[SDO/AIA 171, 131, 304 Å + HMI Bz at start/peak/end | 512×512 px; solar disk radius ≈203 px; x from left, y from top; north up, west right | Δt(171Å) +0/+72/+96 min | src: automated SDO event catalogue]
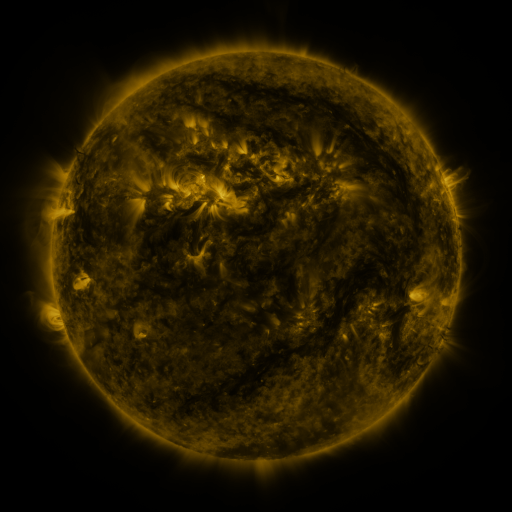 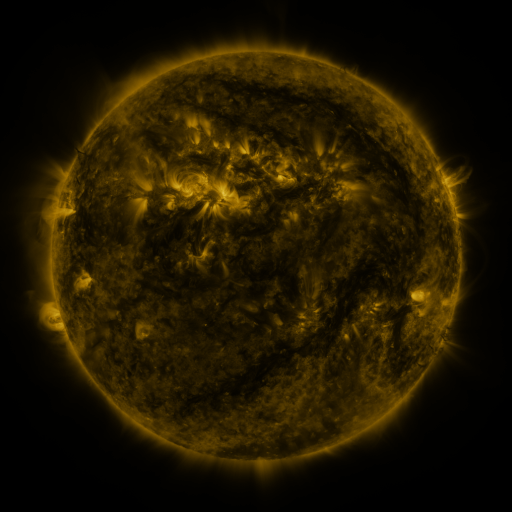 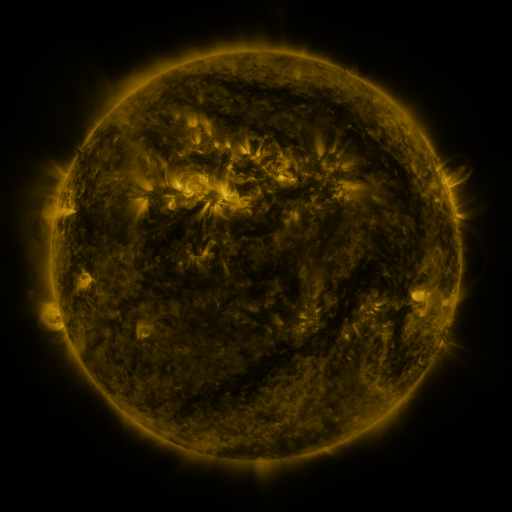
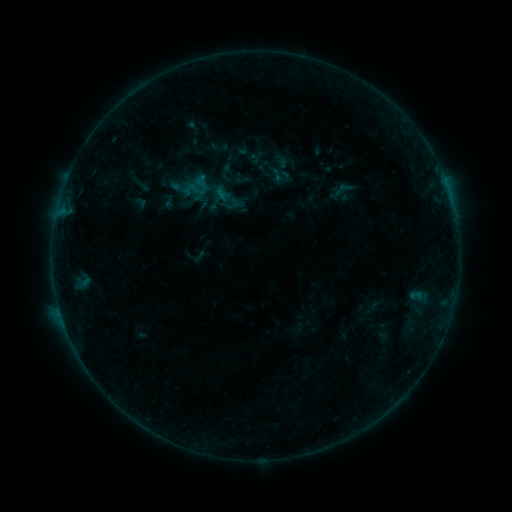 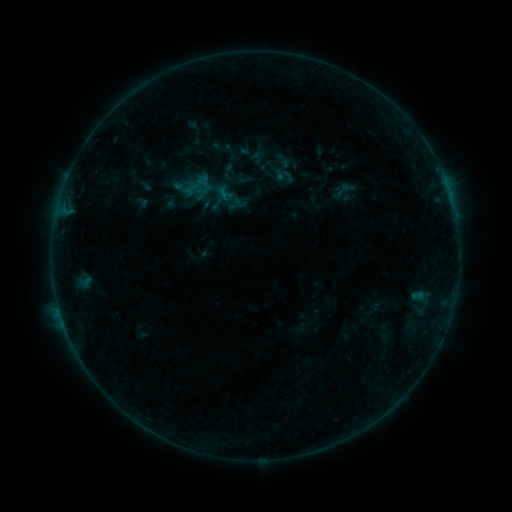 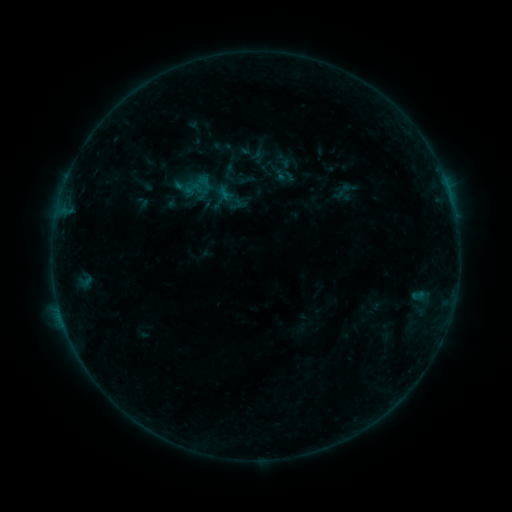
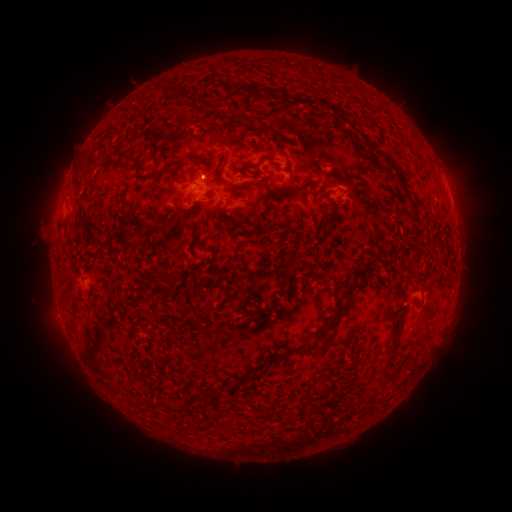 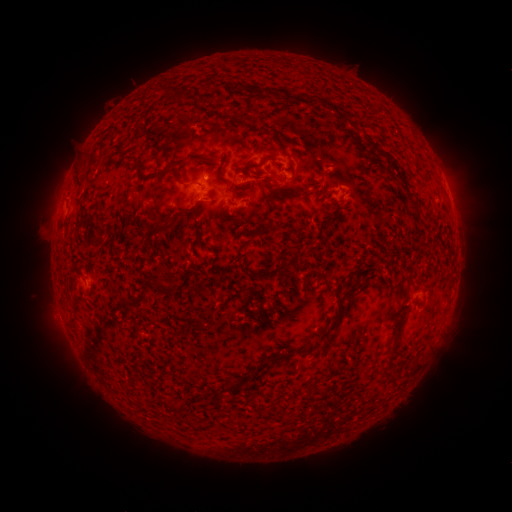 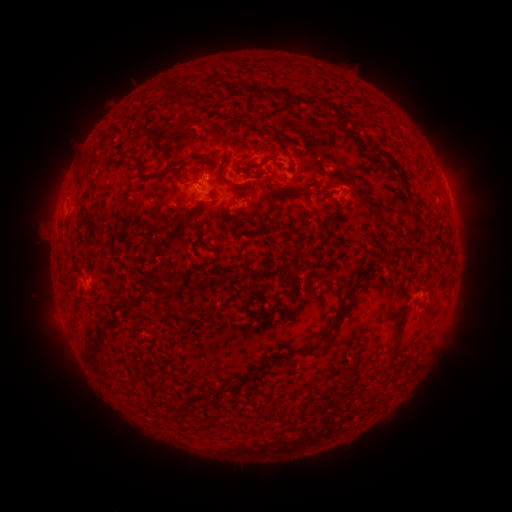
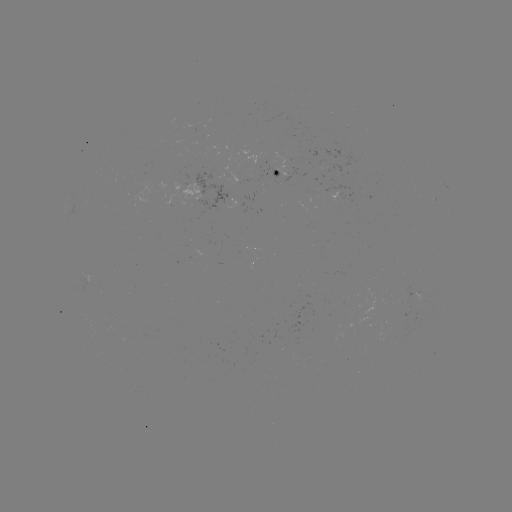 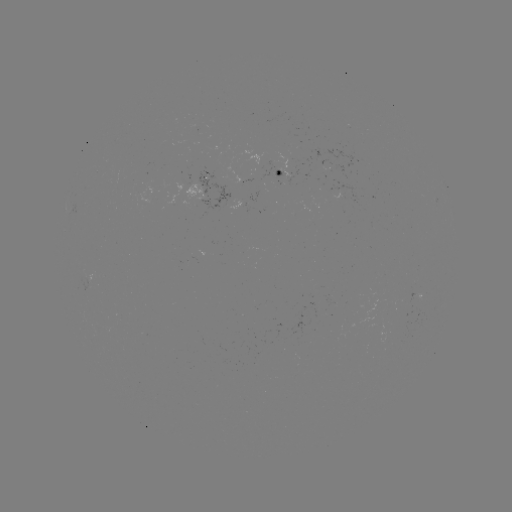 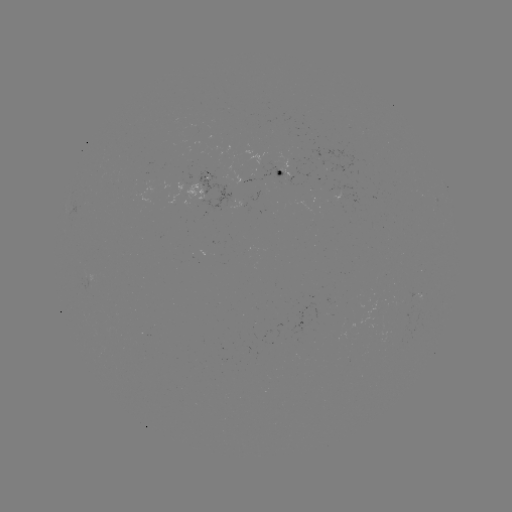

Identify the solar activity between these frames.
emerging-flux region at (317, 156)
